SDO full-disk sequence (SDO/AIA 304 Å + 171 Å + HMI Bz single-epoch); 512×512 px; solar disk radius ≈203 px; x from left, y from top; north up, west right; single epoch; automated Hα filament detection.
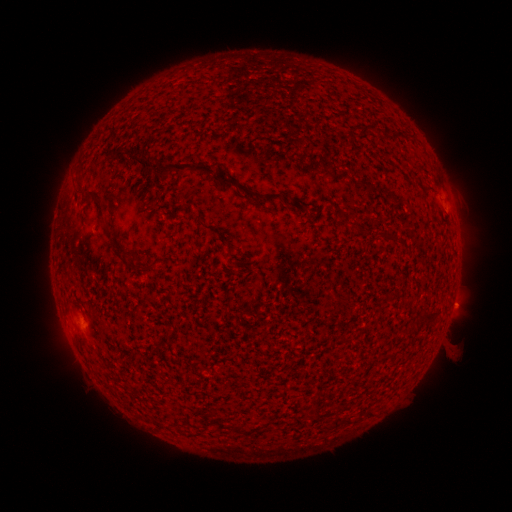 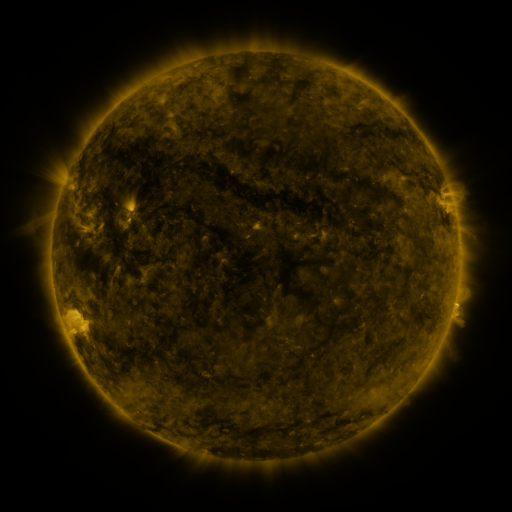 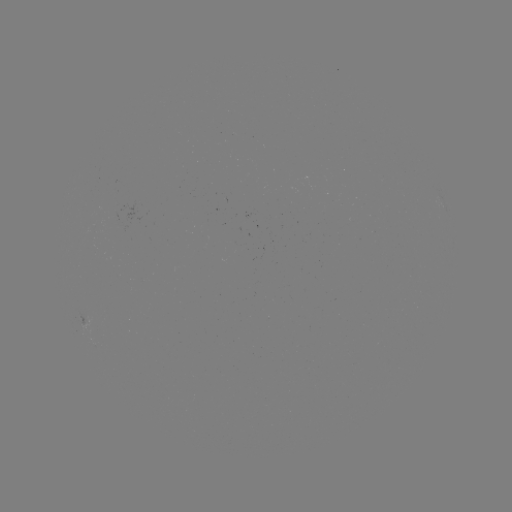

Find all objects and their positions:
filament: (364, 130)
filament: (117, 151)
filament: (185, 166)
filament: (79, 183)
filament: (251, 192)
filament: (92, 194)
filament: (272, 197)
filament: (98, 208)
filament: (127, 253)
filament: (146, 269)
filament: (432, 314)
filament: (336, 421)
filament: (219, 423)
